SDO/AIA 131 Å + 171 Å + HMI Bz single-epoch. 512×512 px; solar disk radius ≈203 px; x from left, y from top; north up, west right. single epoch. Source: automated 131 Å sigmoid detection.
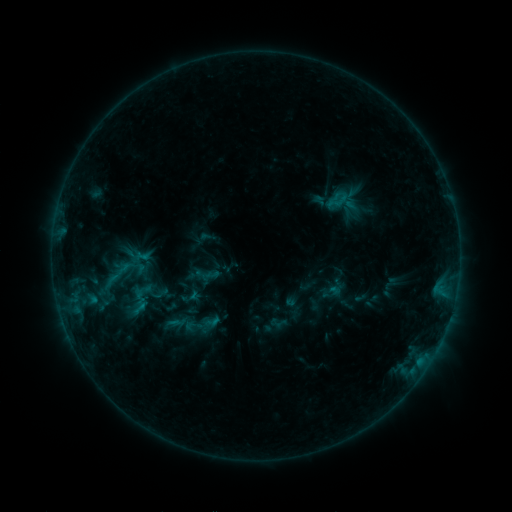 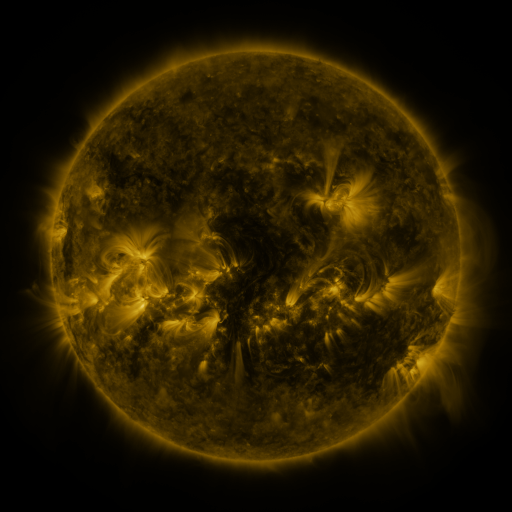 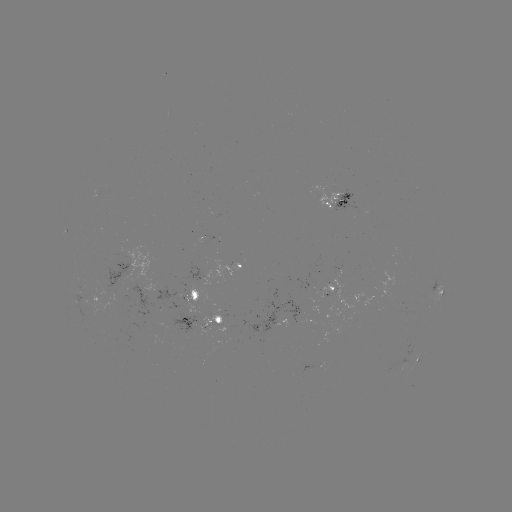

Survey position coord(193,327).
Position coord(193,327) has sigmoid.